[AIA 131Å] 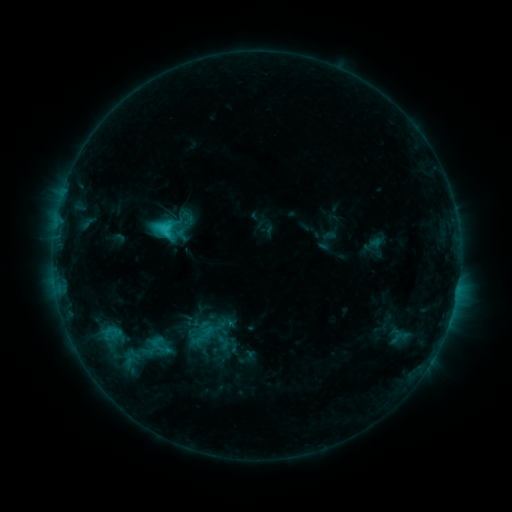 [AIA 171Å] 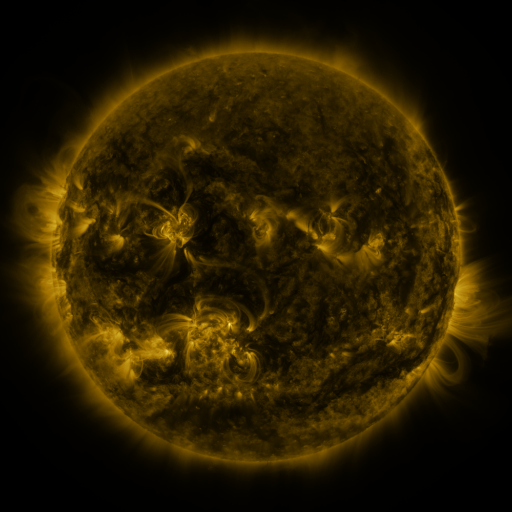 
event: sigmoid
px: (222, 342)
